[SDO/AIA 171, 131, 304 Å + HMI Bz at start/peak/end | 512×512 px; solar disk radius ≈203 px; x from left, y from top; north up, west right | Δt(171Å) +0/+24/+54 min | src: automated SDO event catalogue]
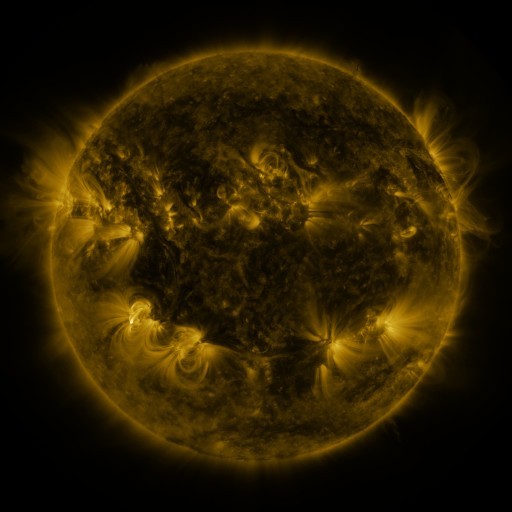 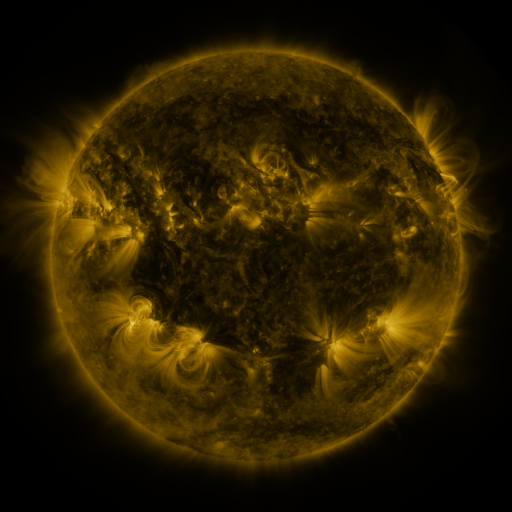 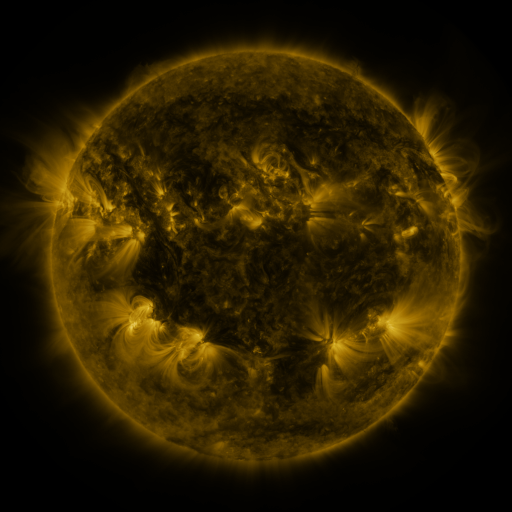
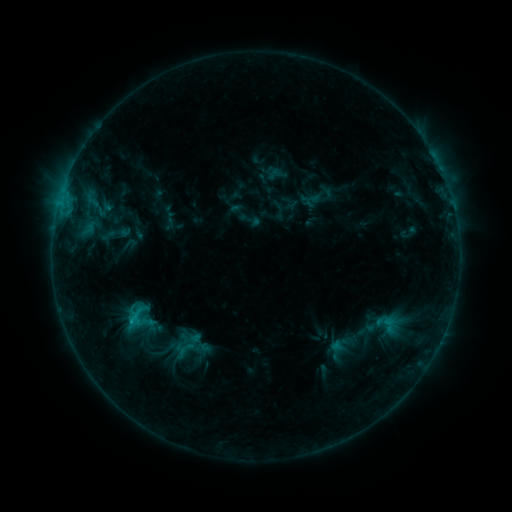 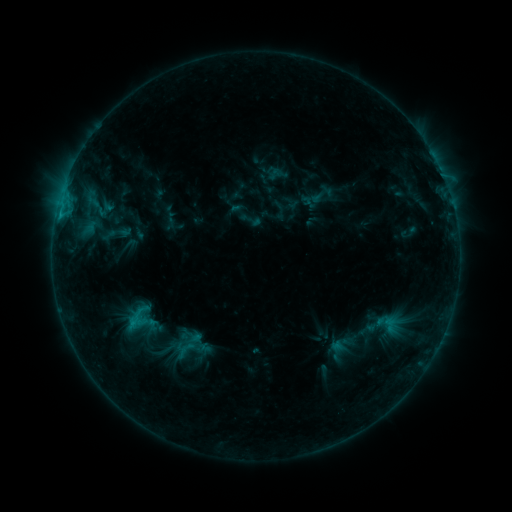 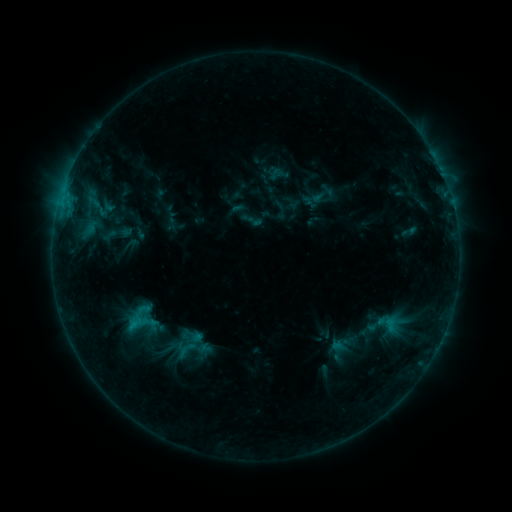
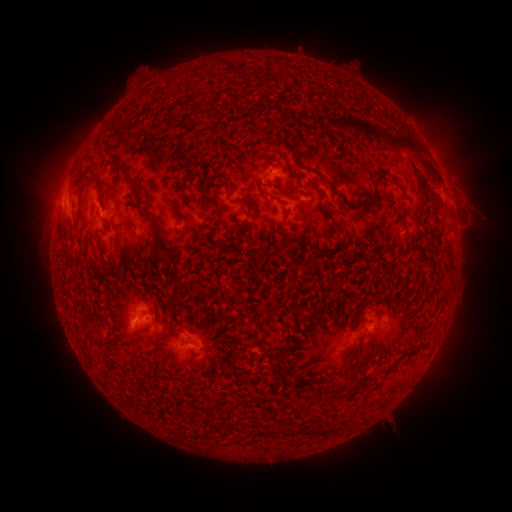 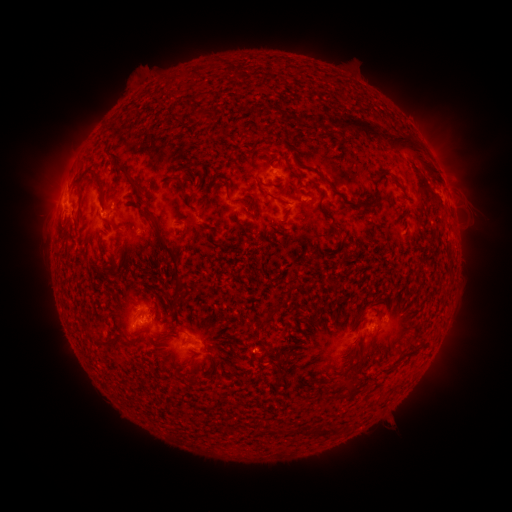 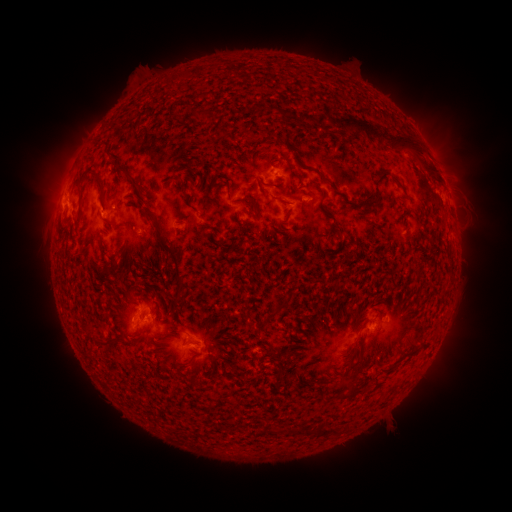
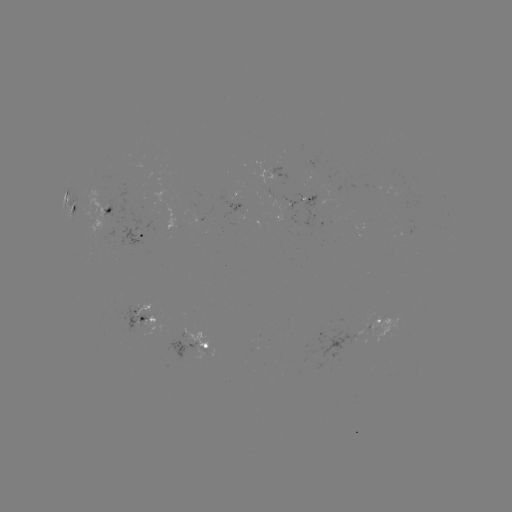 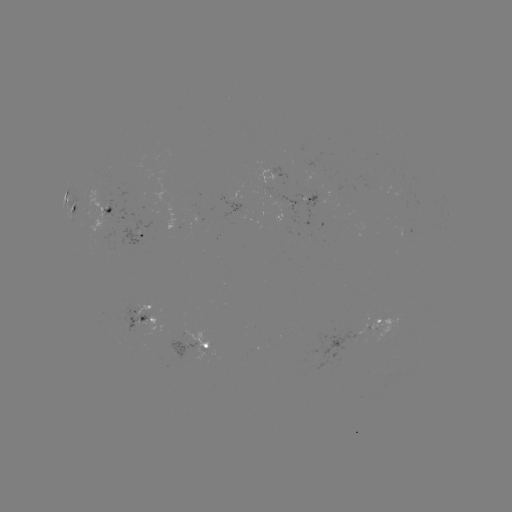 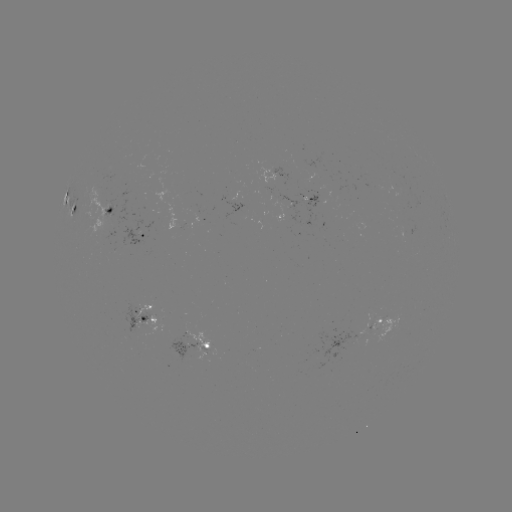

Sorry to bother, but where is C1.1 flare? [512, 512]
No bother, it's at [60, 218].